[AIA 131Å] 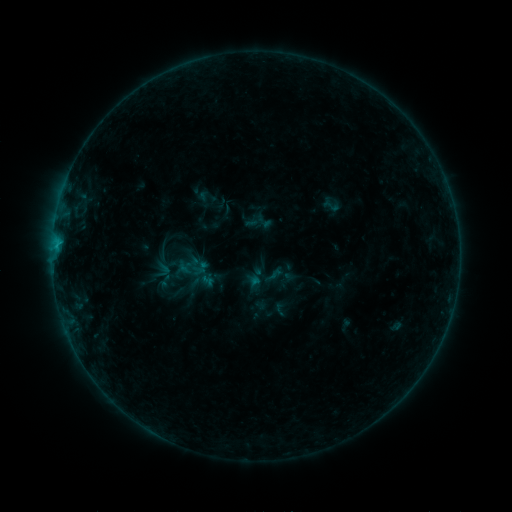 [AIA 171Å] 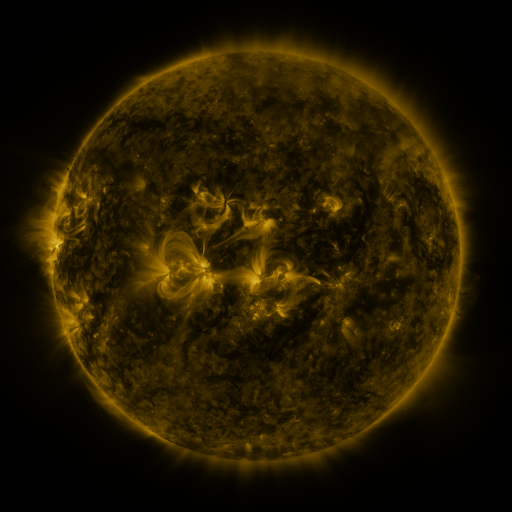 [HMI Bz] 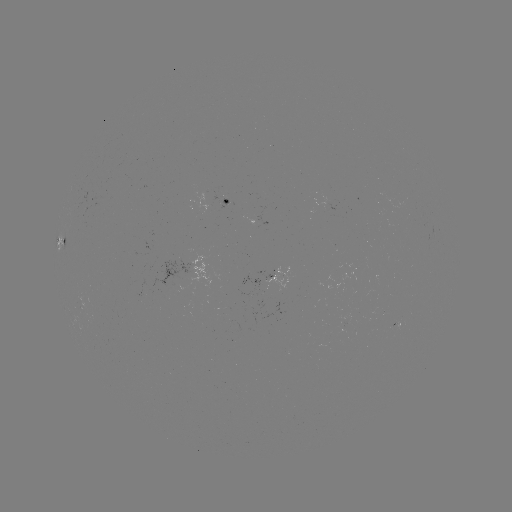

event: sigmoid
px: (331, 206)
